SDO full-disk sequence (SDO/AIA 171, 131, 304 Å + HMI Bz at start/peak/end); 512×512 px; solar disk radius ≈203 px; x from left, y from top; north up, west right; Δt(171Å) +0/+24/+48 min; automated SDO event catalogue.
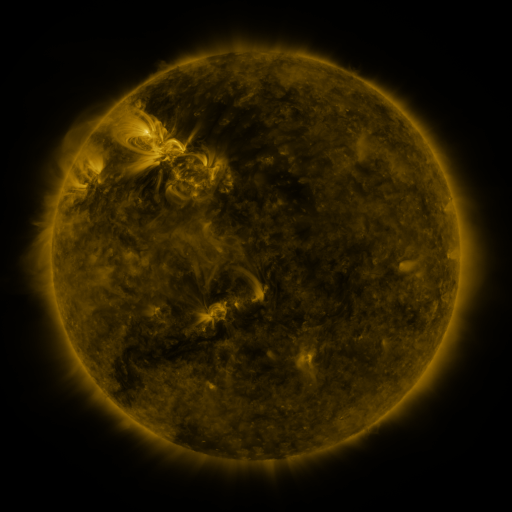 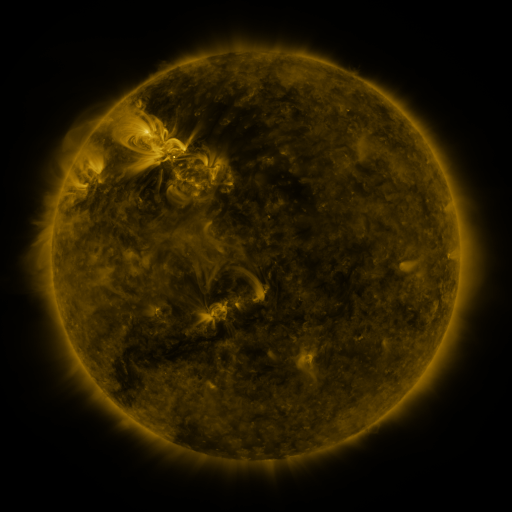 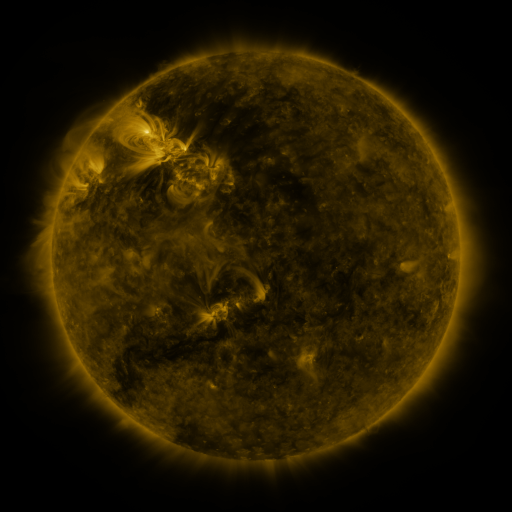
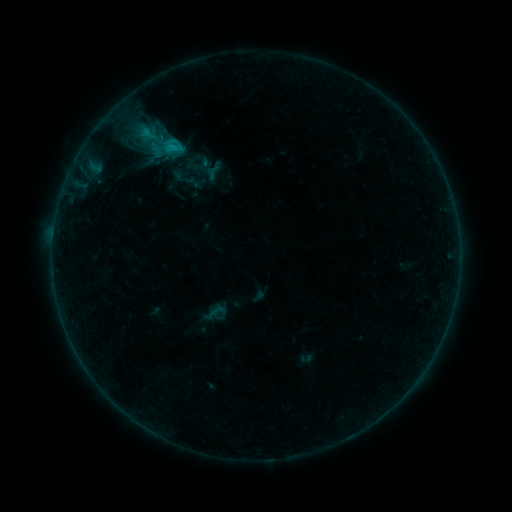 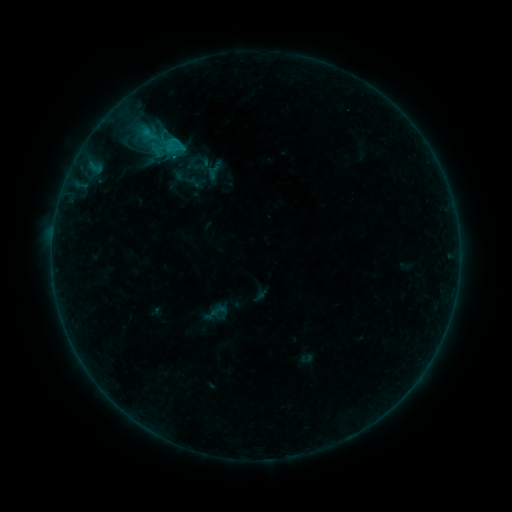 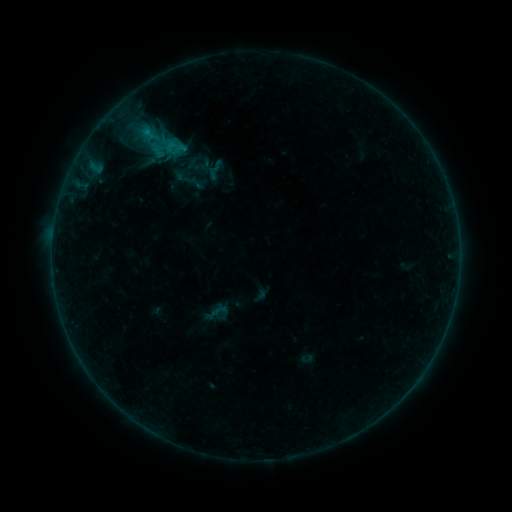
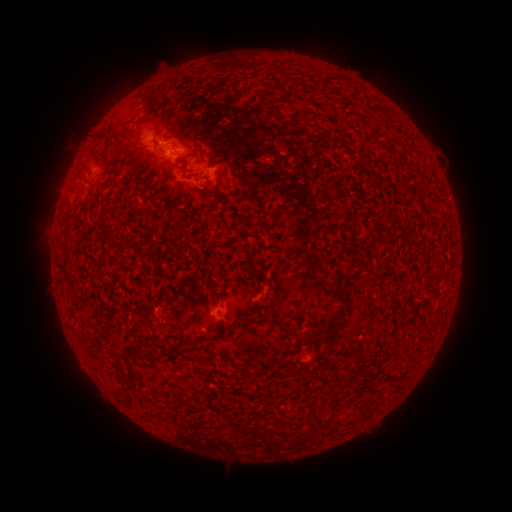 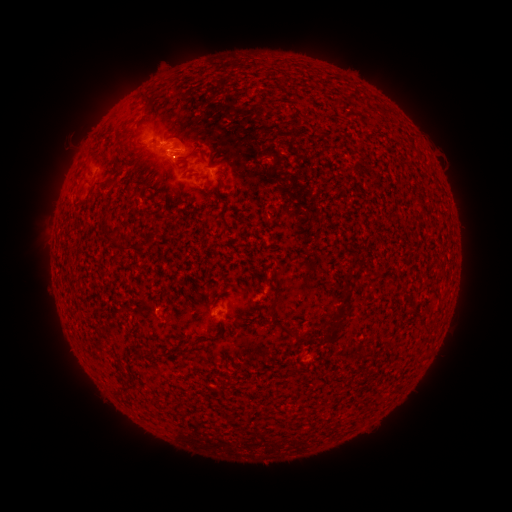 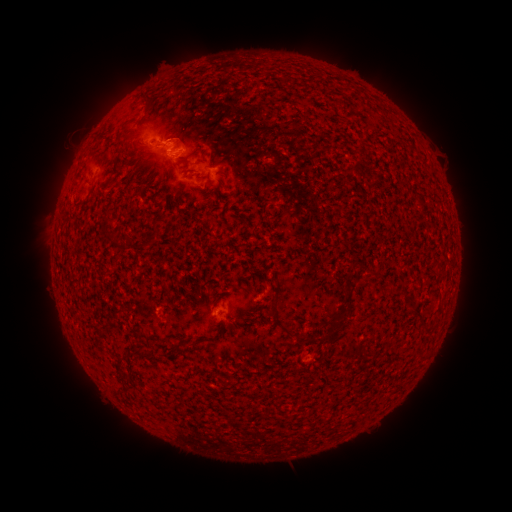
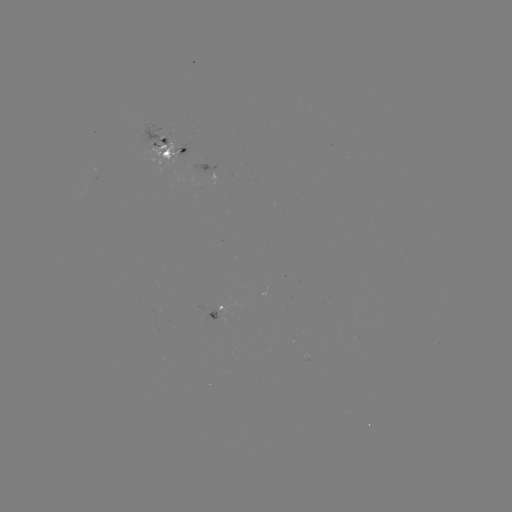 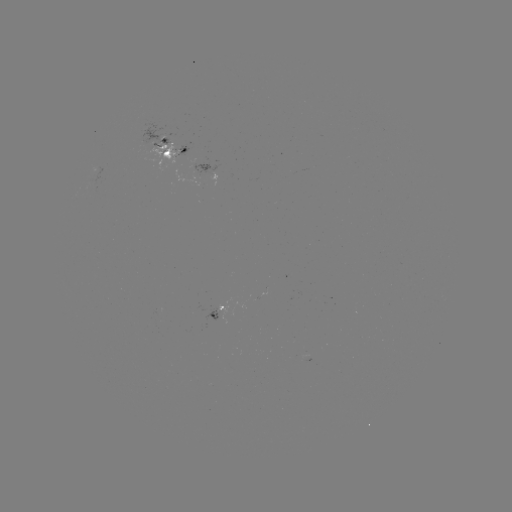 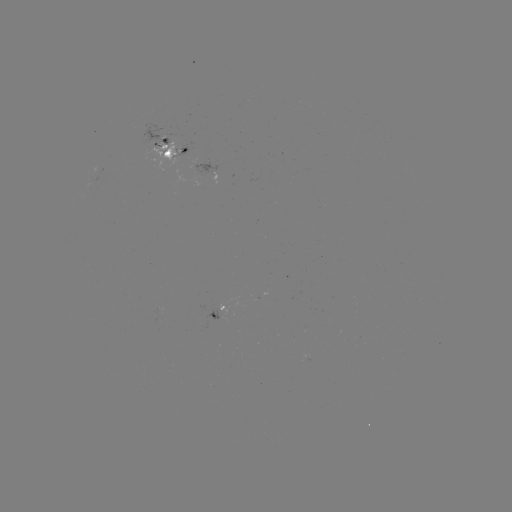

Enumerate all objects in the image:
emerging-flux region: (178, 155)
